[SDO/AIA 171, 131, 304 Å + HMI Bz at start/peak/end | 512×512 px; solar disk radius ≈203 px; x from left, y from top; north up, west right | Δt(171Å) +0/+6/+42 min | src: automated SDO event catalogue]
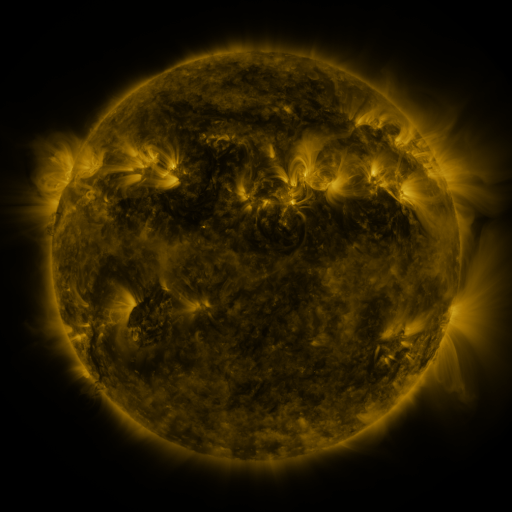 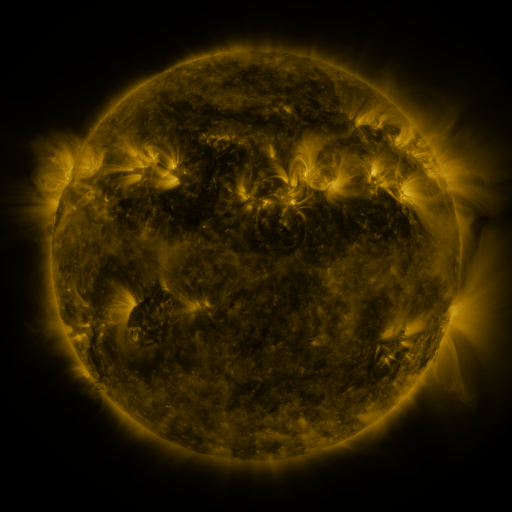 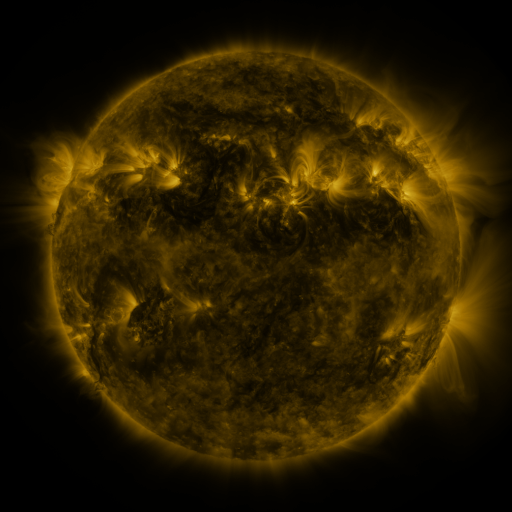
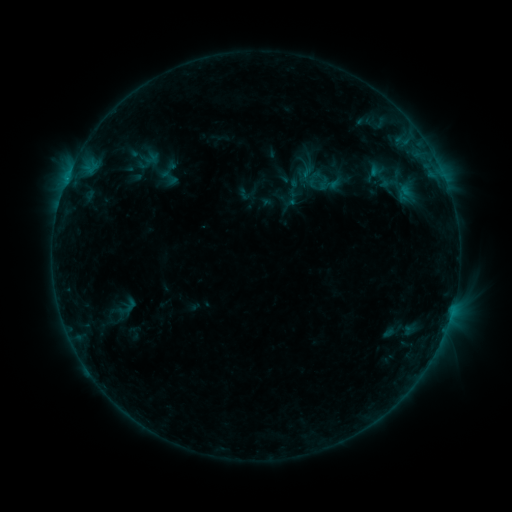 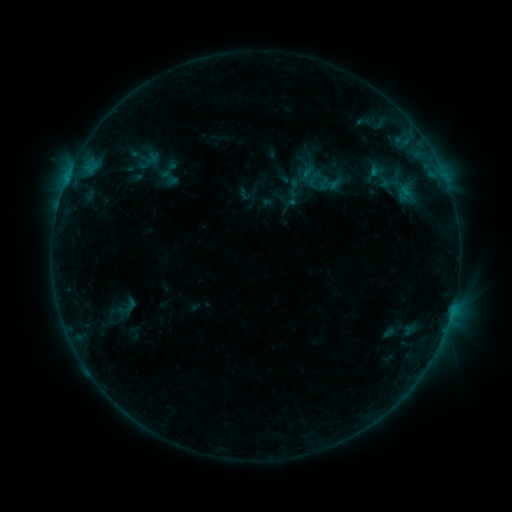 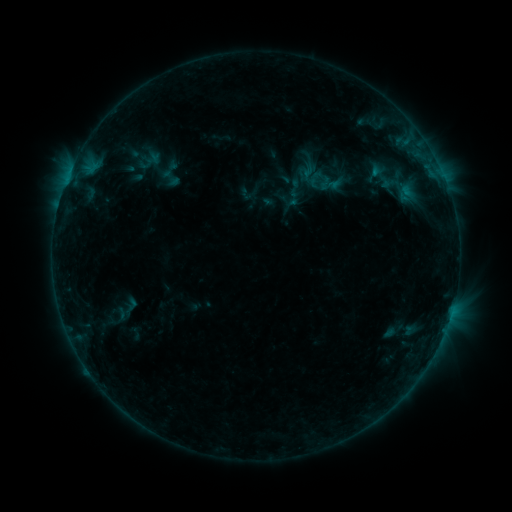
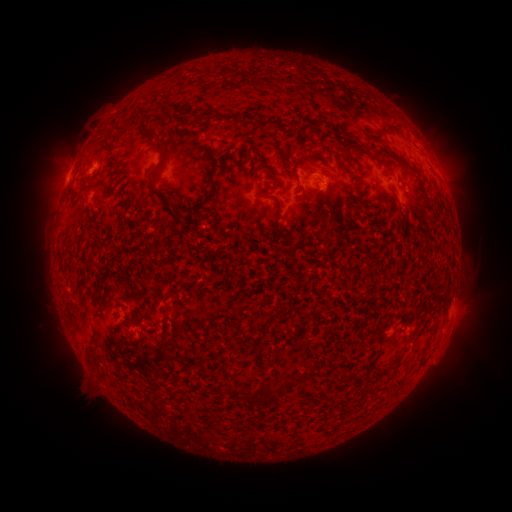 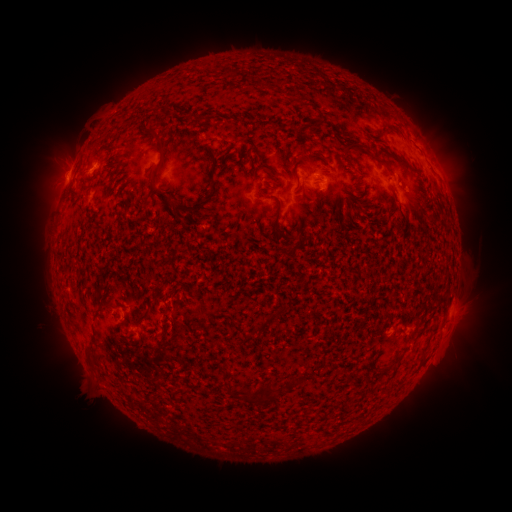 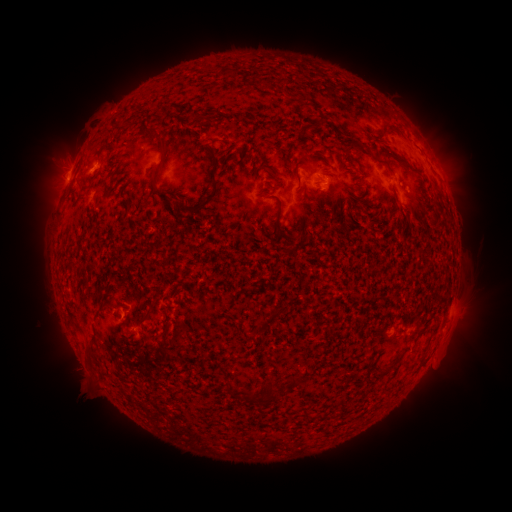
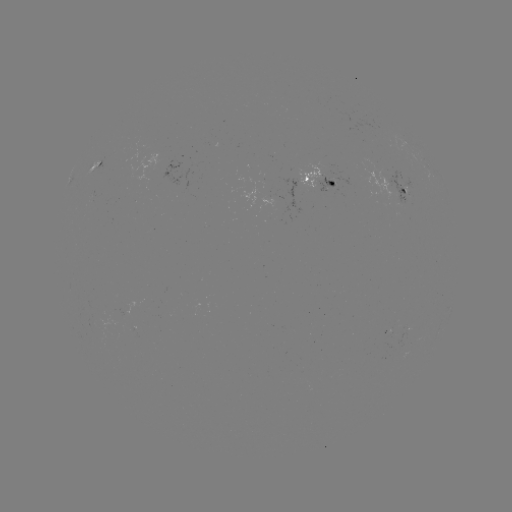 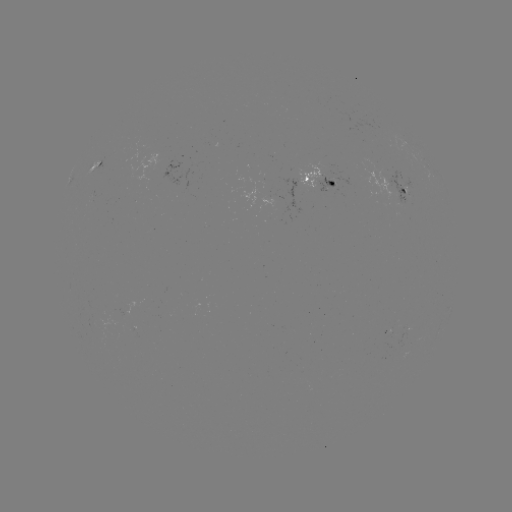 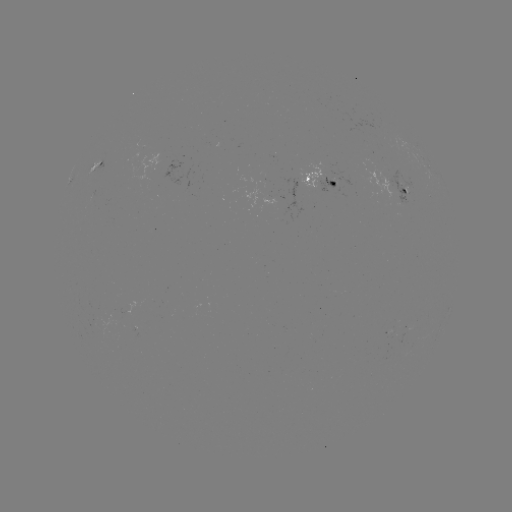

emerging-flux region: (400, 184, 408, 195)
